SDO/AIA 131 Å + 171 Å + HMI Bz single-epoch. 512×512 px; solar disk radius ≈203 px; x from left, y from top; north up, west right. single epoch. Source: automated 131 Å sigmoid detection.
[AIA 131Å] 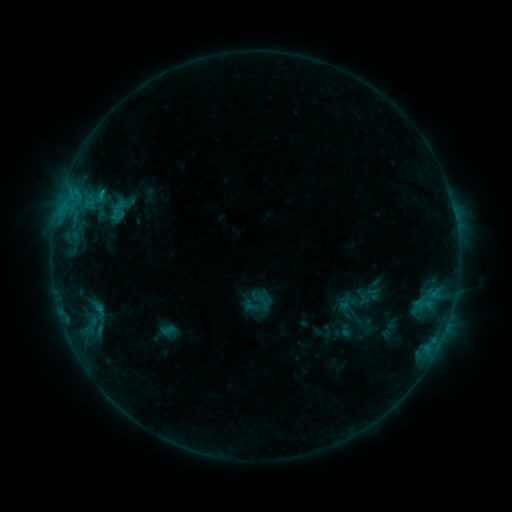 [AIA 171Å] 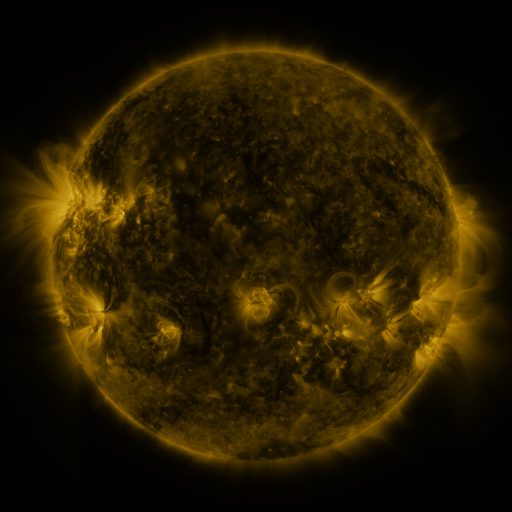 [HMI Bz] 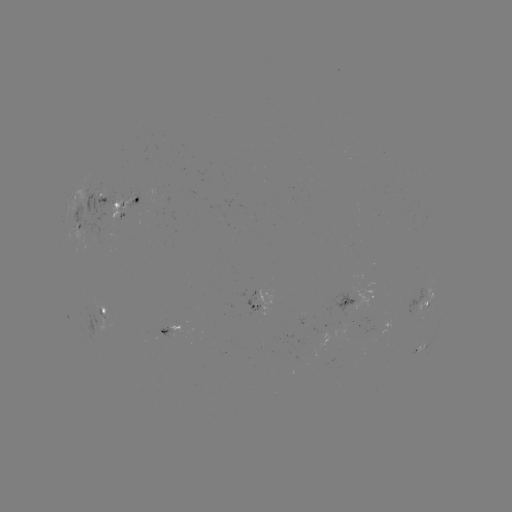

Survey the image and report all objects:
sigmoid: (254, 293, 272, 311)
